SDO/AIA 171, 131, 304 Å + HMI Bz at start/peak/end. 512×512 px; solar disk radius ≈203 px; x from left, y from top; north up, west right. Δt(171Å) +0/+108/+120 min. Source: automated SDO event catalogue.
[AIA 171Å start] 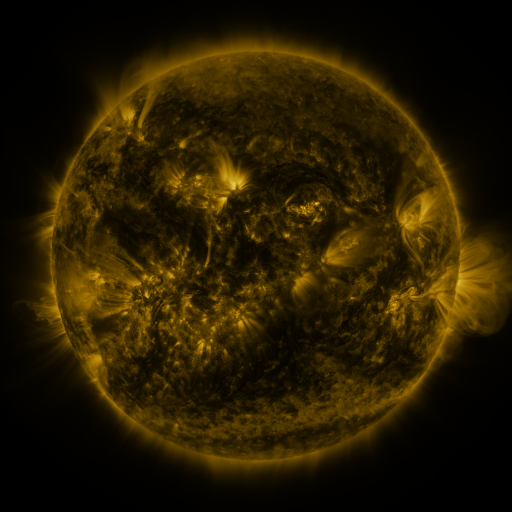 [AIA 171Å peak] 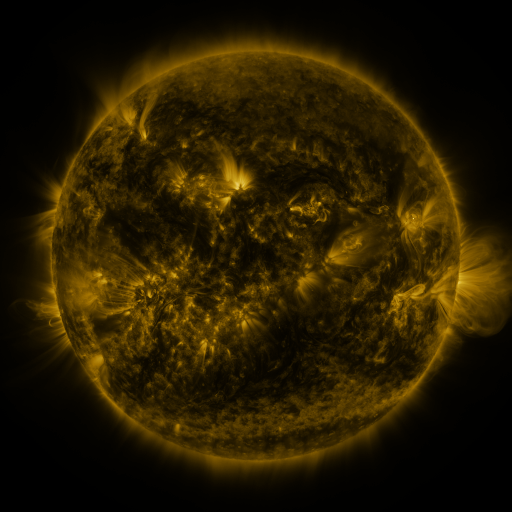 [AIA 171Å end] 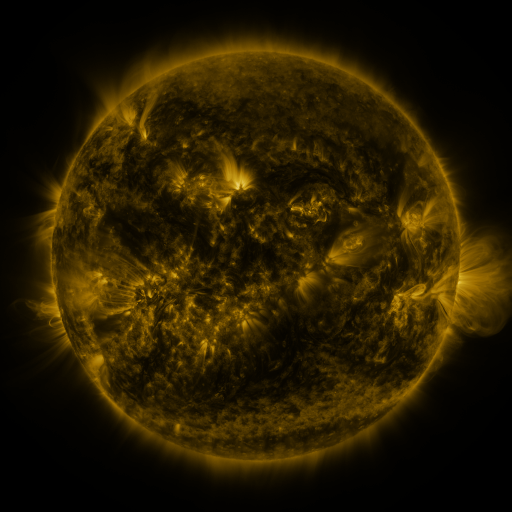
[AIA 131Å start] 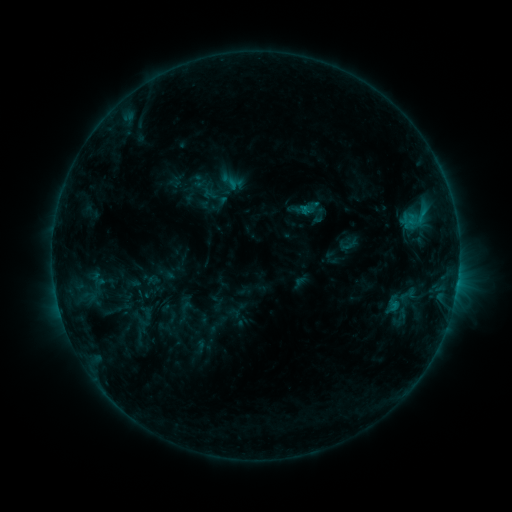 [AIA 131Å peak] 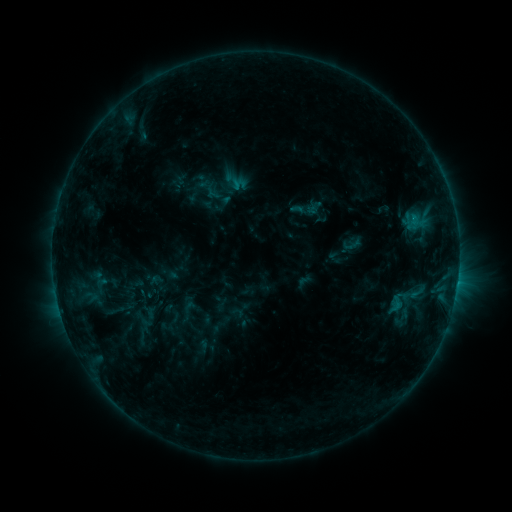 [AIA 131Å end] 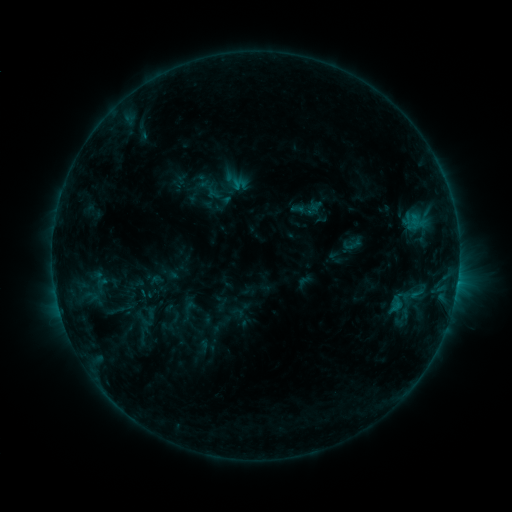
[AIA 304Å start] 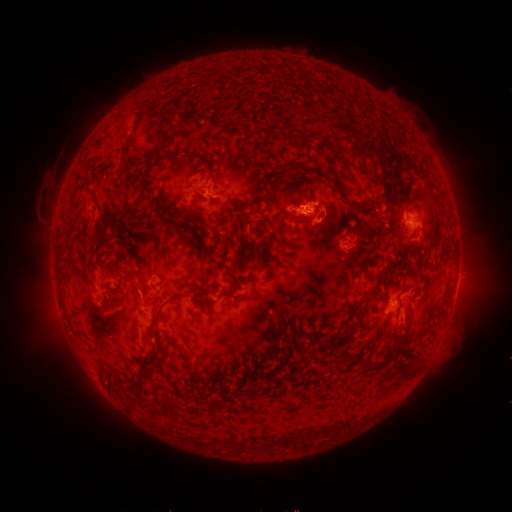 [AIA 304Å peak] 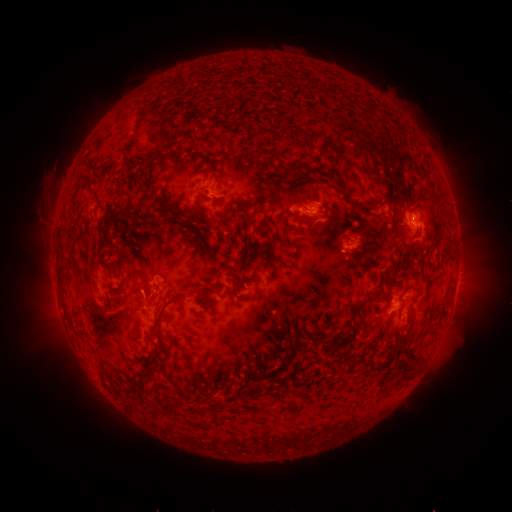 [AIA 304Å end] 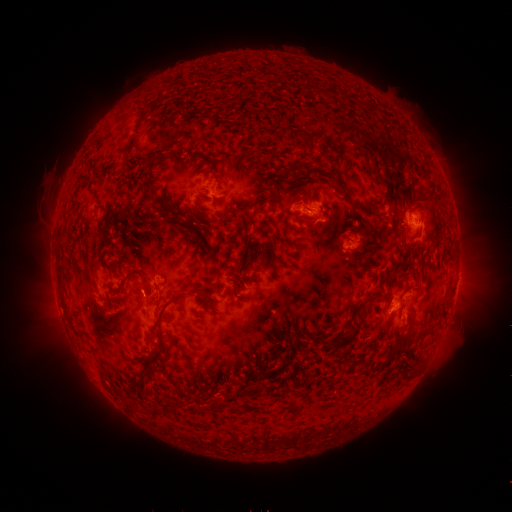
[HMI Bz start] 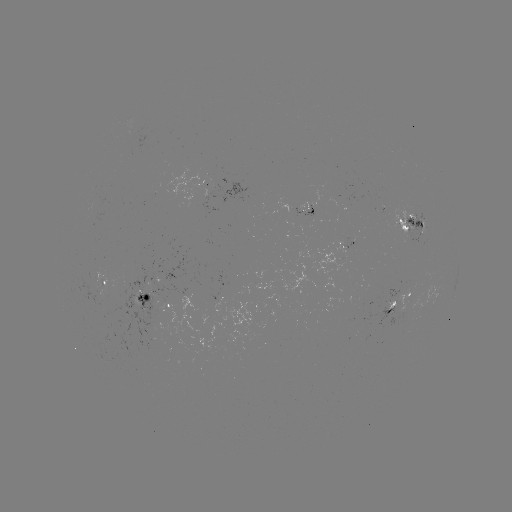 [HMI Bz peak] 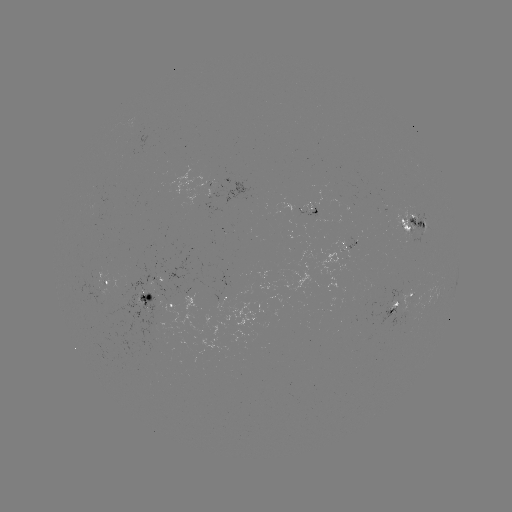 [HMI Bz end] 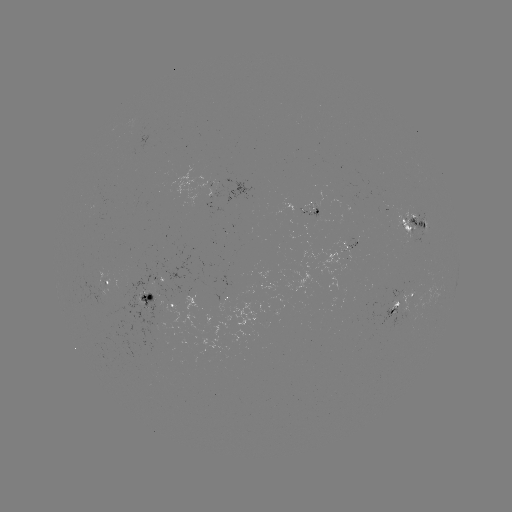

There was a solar emerging-flux region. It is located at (397, 304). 